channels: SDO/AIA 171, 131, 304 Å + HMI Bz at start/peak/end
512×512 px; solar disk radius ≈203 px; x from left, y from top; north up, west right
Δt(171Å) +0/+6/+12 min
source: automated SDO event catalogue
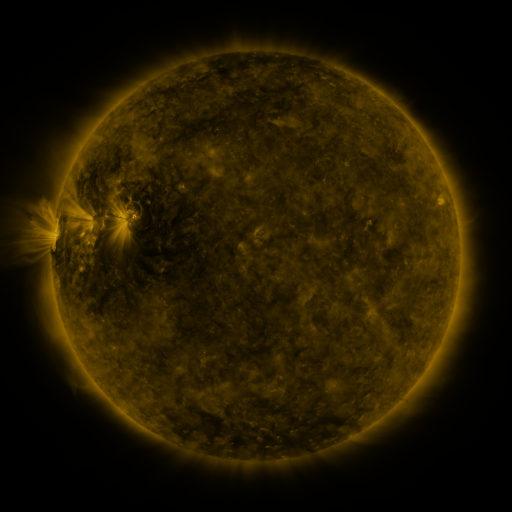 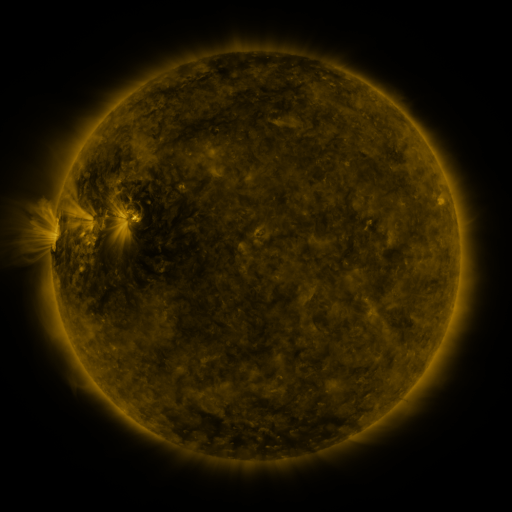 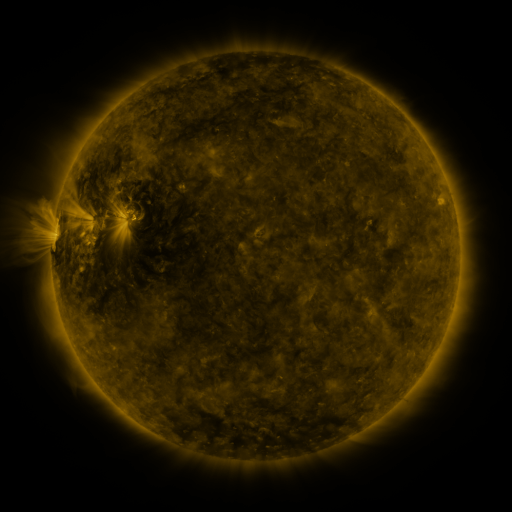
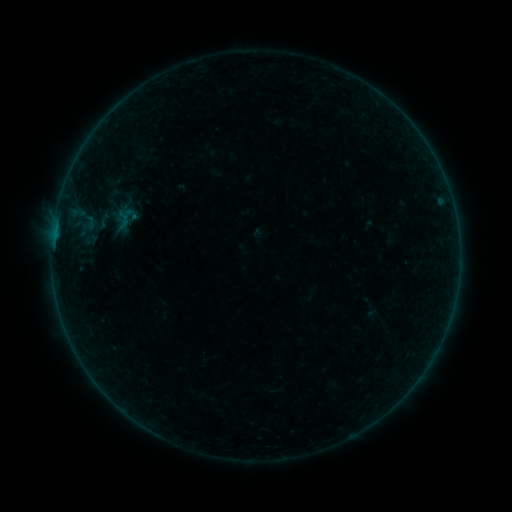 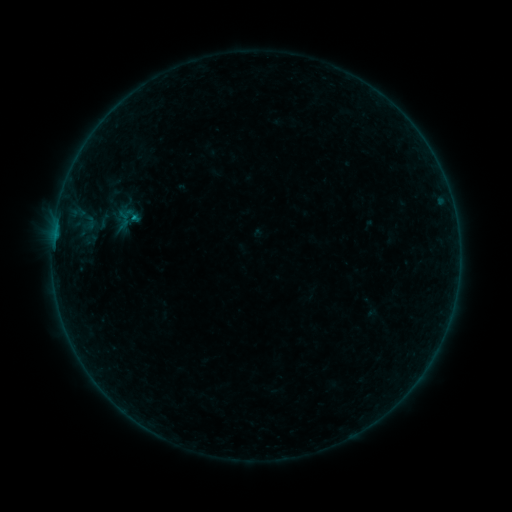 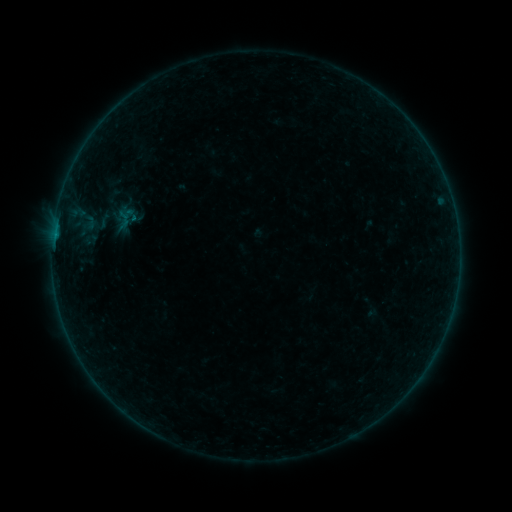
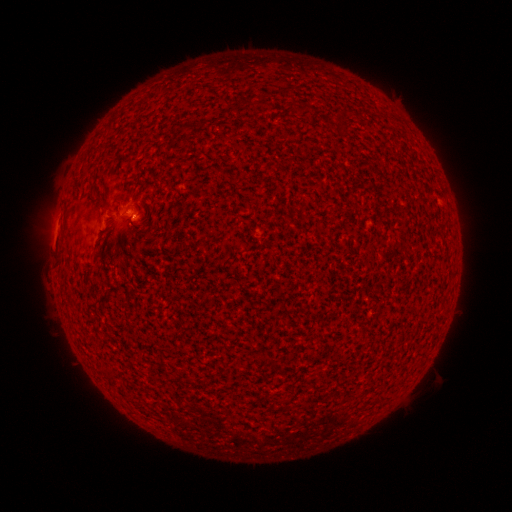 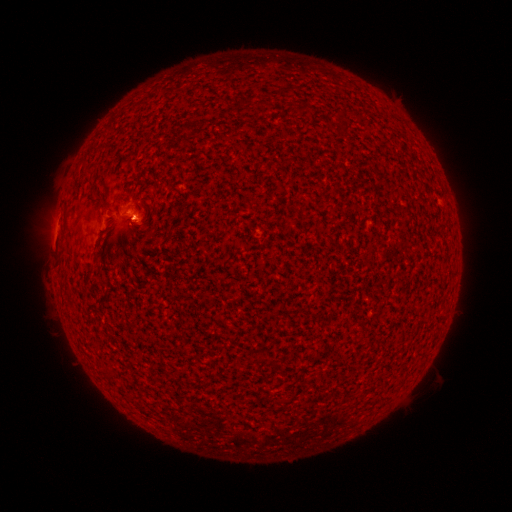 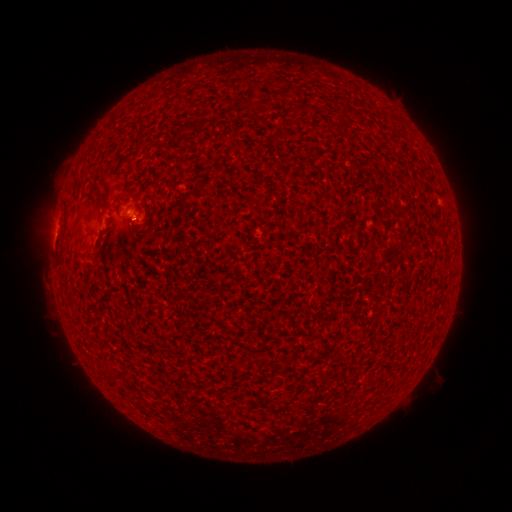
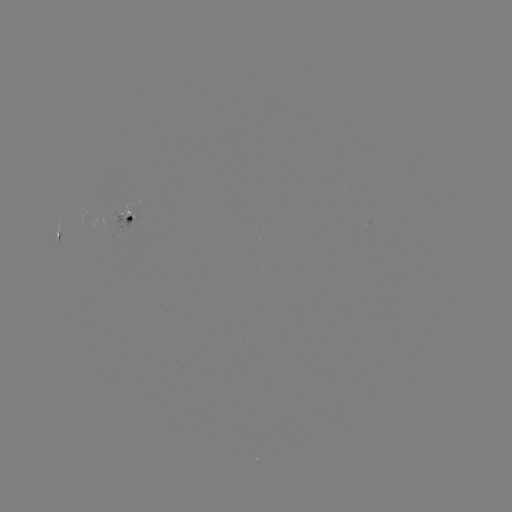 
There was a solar flare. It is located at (134, 221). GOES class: B2.4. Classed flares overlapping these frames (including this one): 1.